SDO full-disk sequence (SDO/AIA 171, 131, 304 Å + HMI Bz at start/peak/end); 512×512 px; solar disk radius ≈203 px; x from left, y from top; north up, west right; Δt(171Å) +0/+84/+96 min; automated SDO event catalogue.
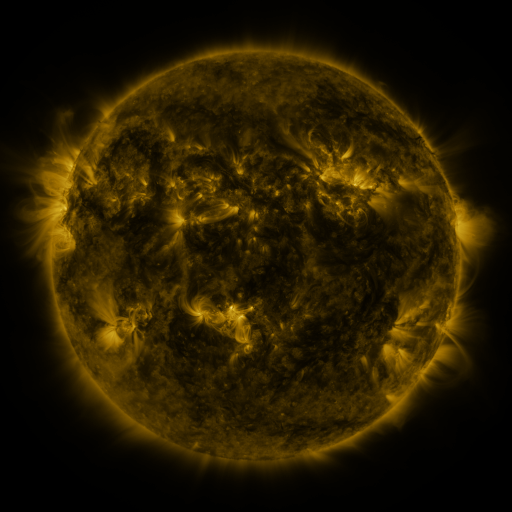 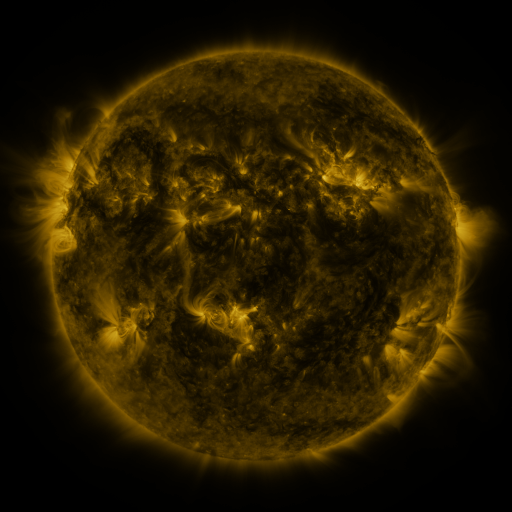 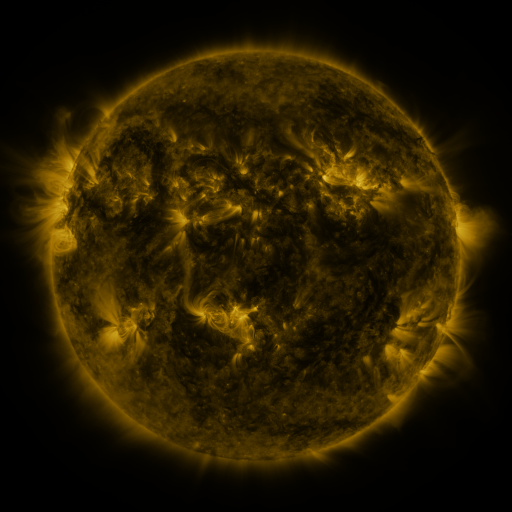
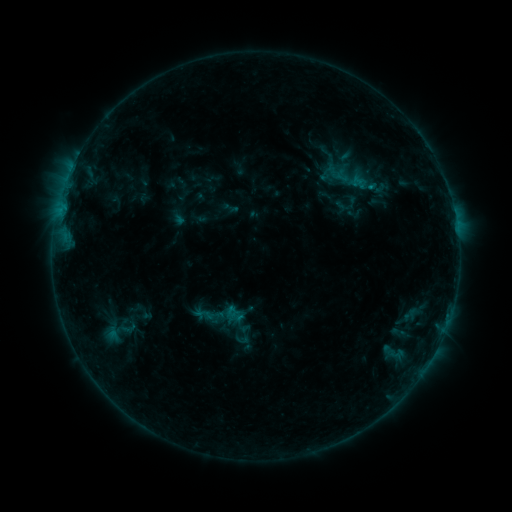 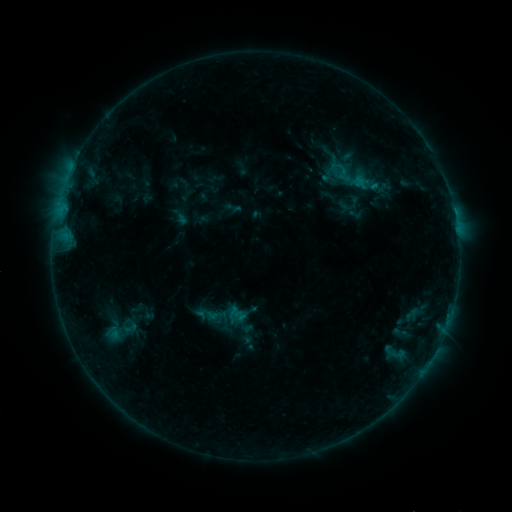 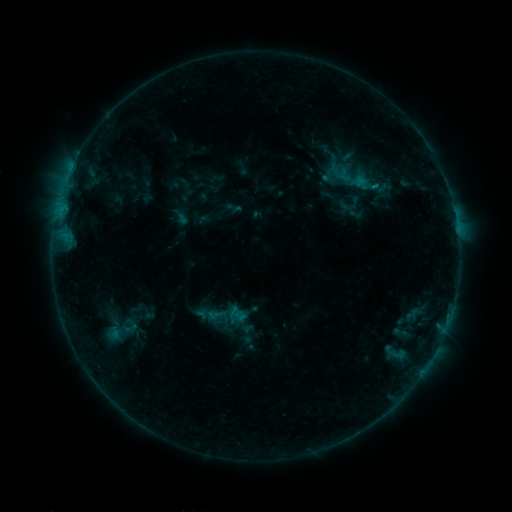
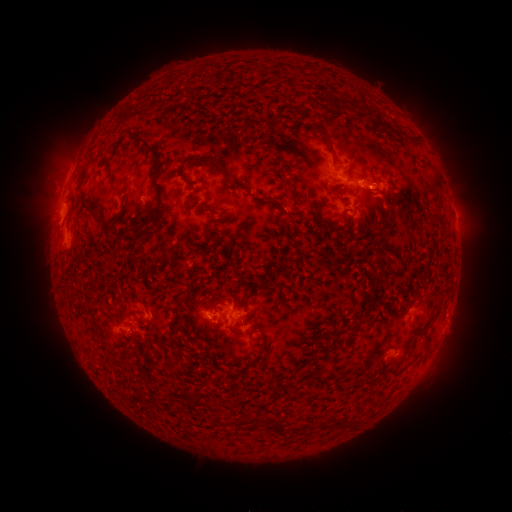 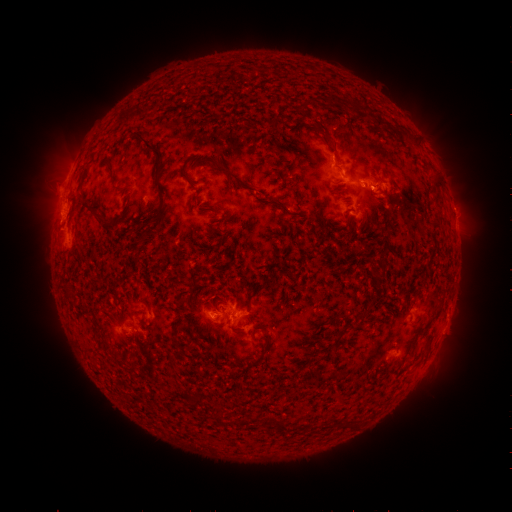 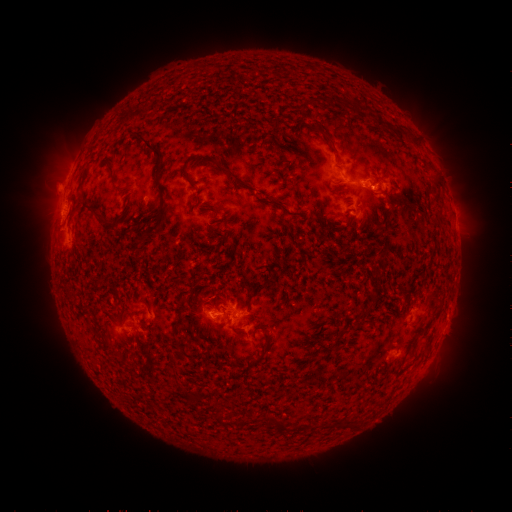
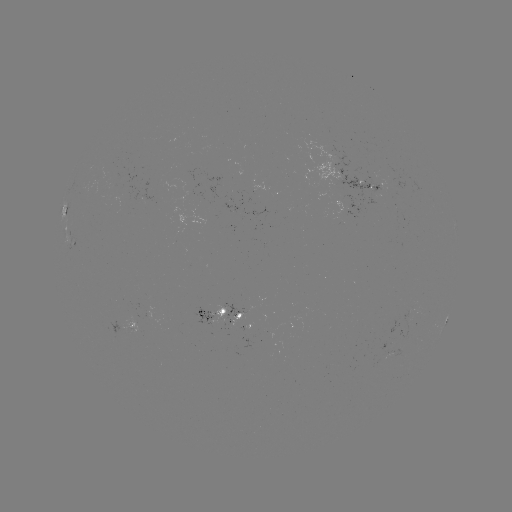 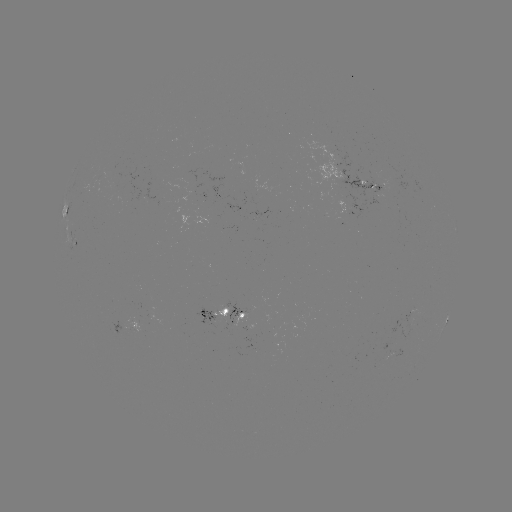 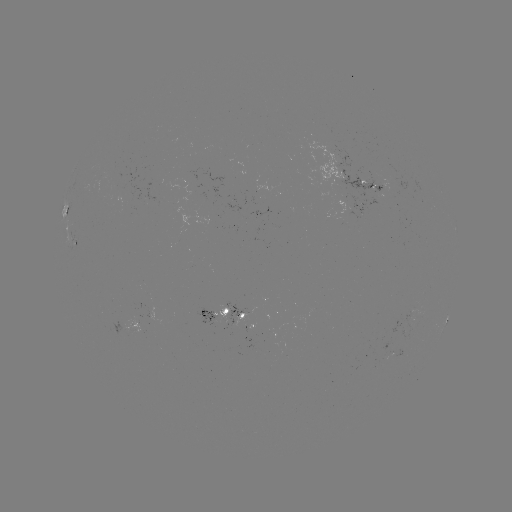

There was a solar emerging-flux region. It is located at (381, 186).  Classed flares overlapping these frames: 1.